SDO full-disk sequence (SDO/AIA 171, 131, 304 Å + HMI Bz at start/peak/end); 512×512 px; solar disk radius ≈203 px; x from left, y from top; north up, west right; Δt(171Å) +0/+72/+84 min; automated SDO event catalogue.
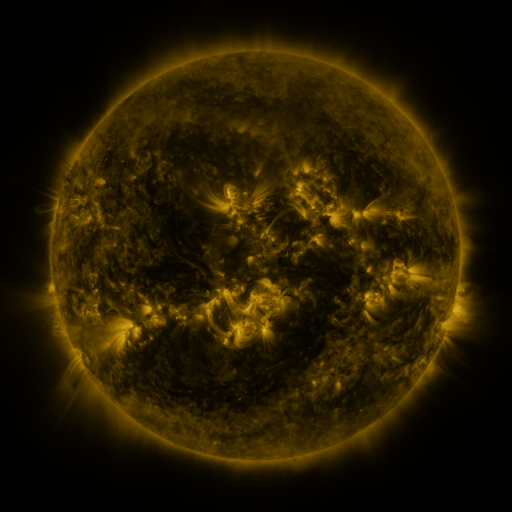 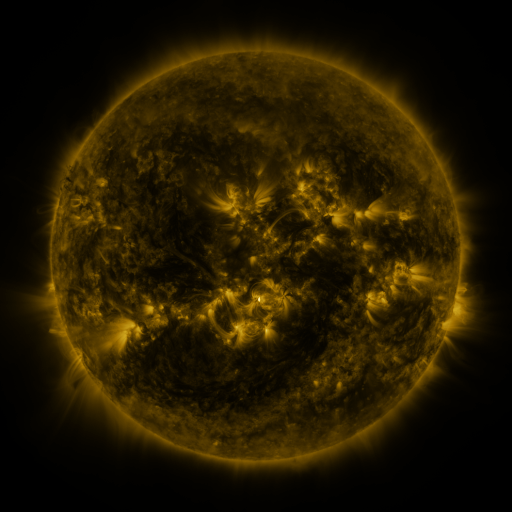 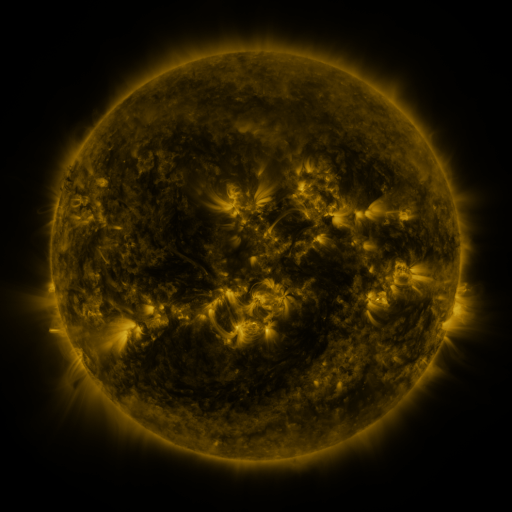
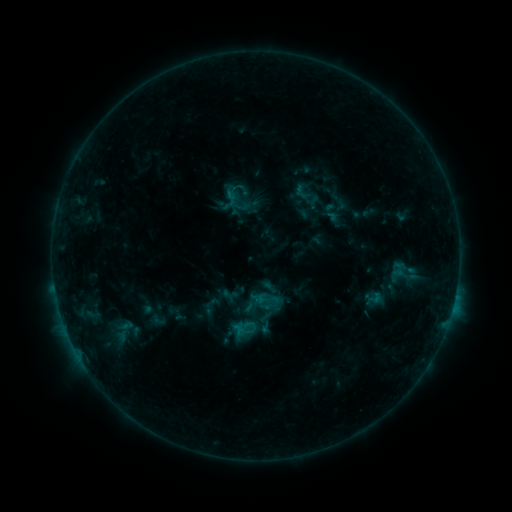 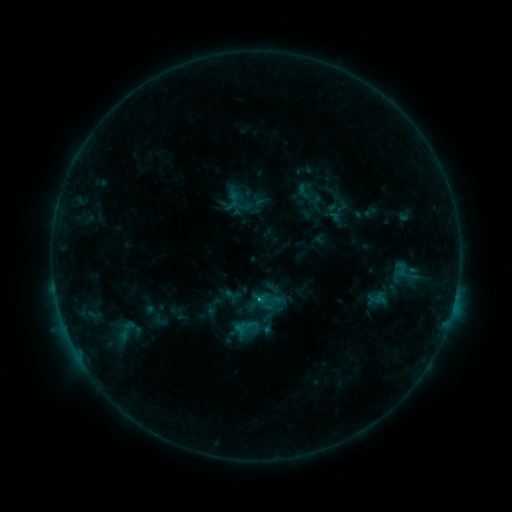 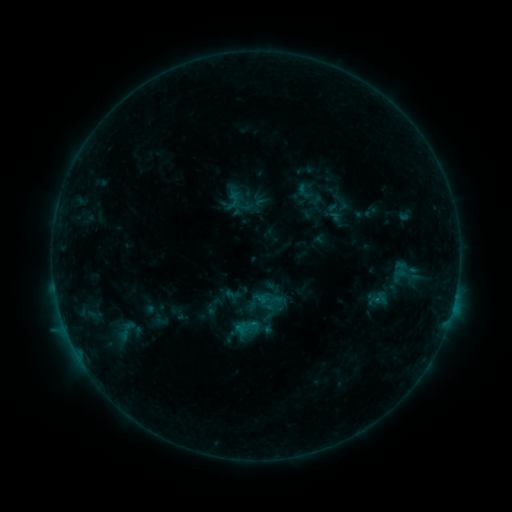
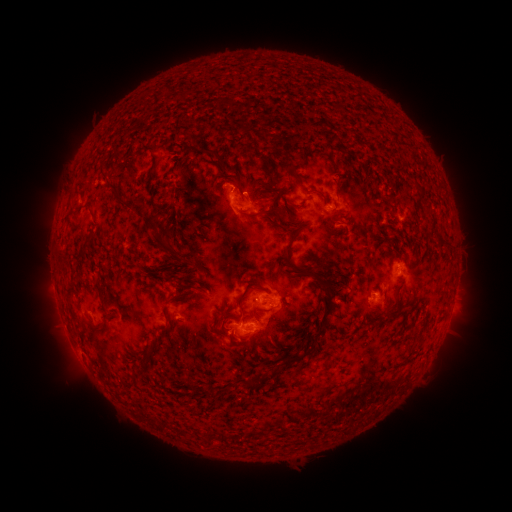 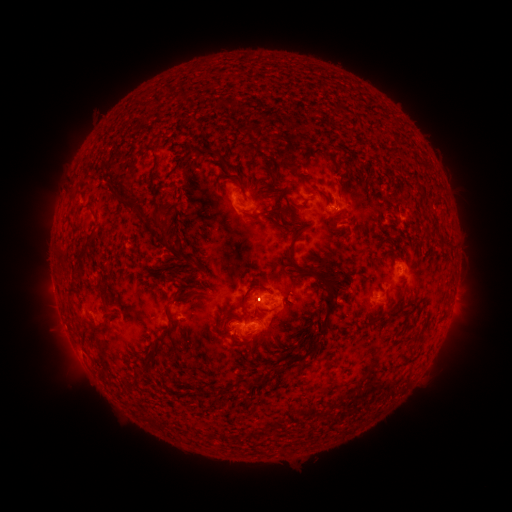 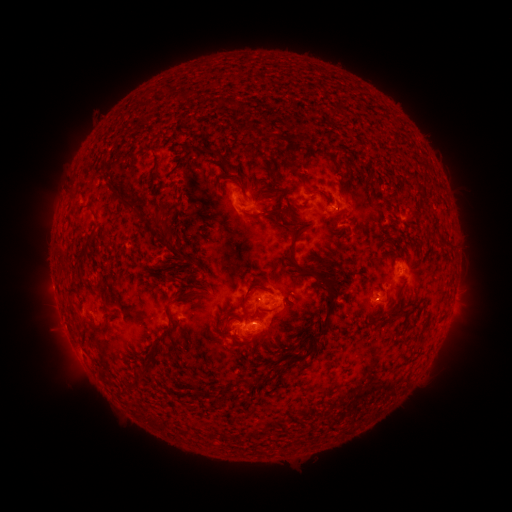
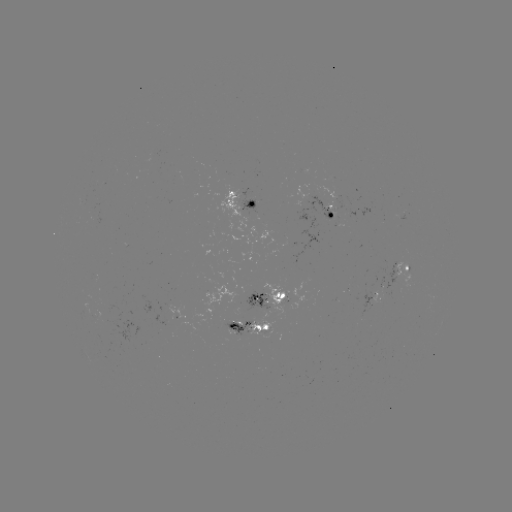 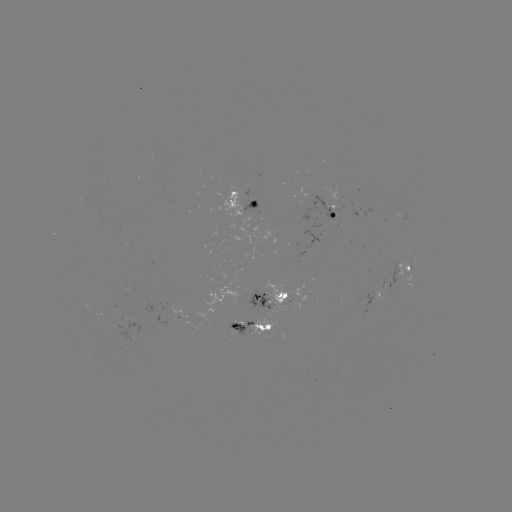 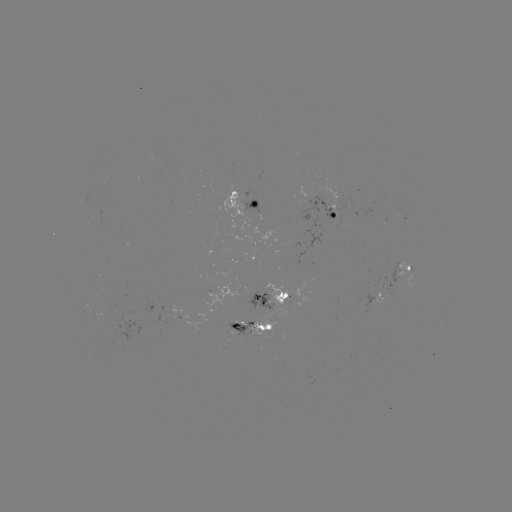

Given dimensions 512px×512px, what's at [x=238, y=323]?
emerging-flux region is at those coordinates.